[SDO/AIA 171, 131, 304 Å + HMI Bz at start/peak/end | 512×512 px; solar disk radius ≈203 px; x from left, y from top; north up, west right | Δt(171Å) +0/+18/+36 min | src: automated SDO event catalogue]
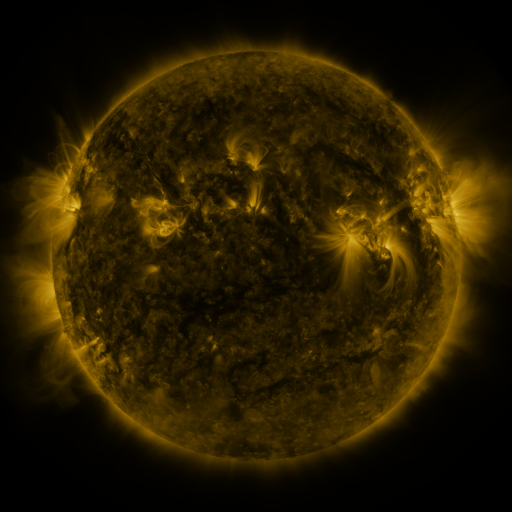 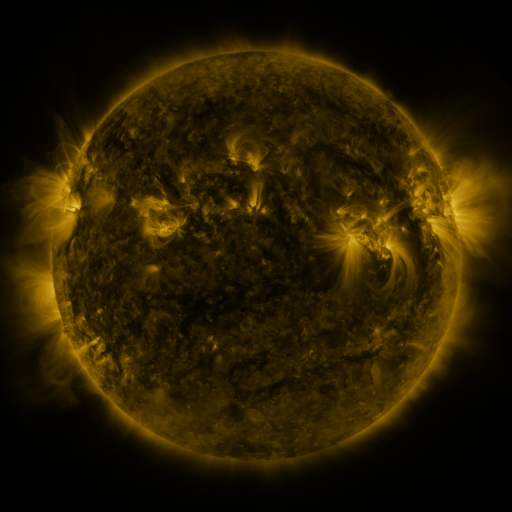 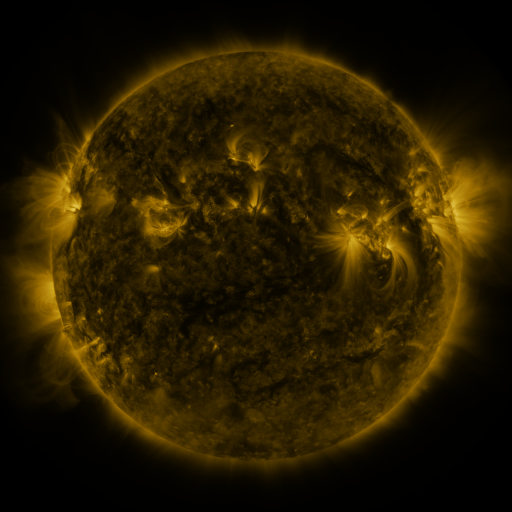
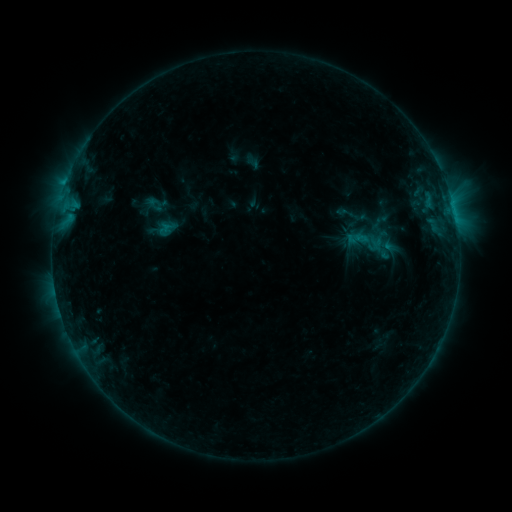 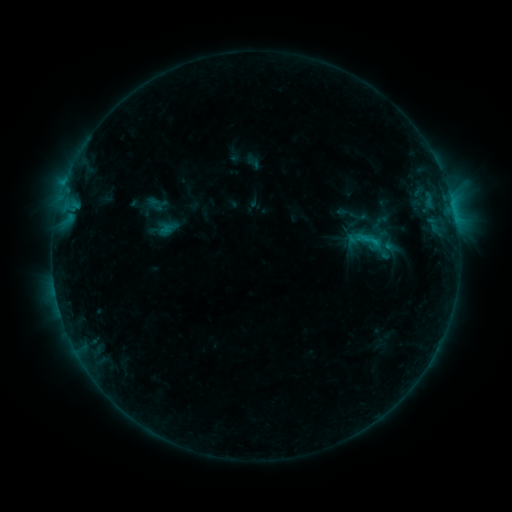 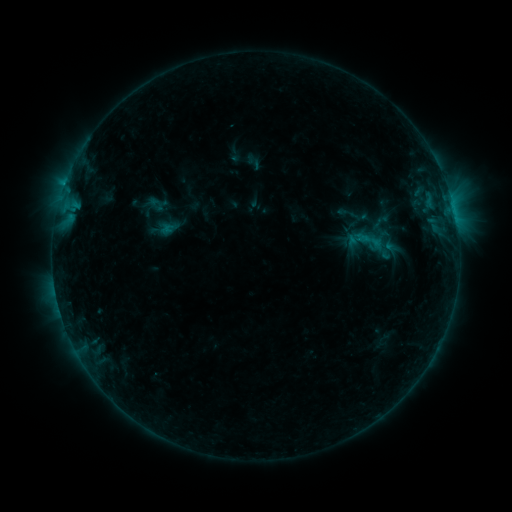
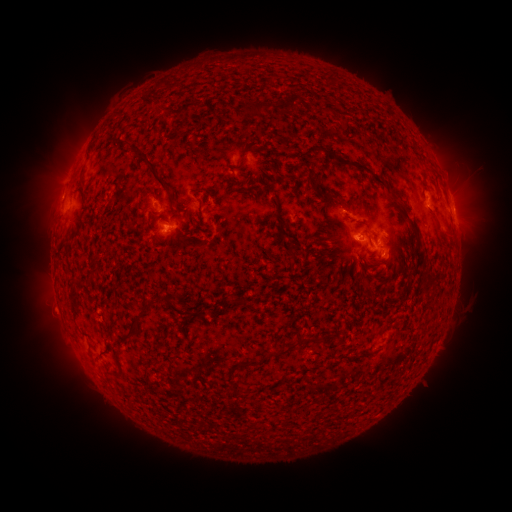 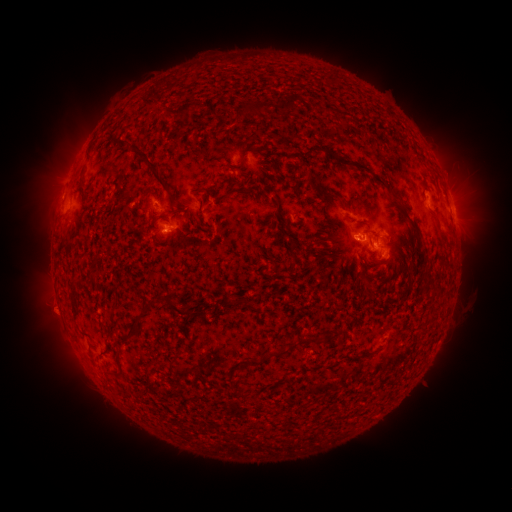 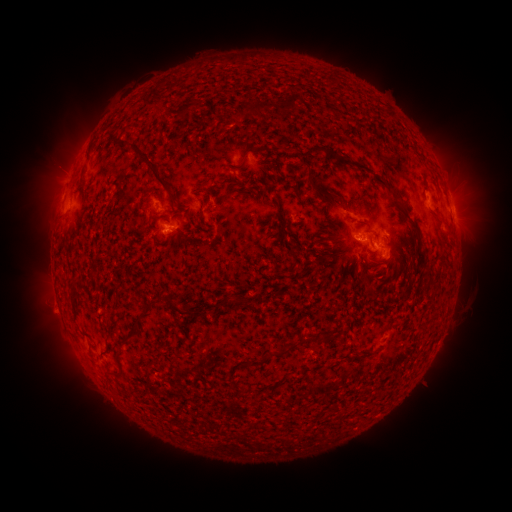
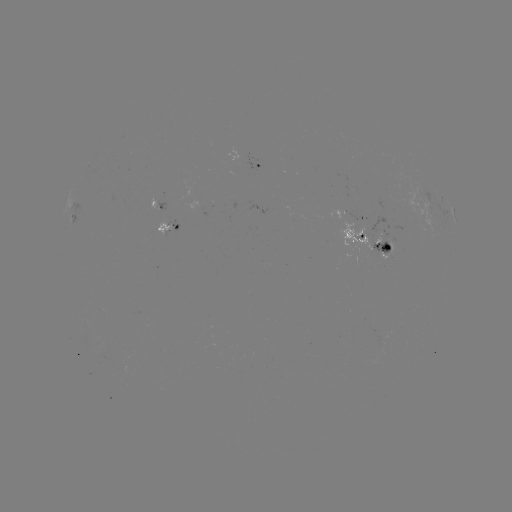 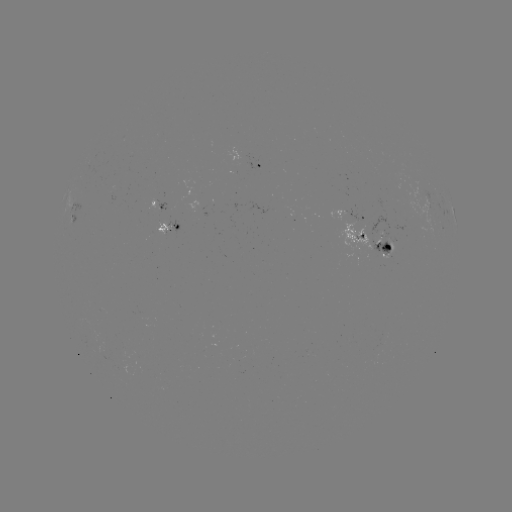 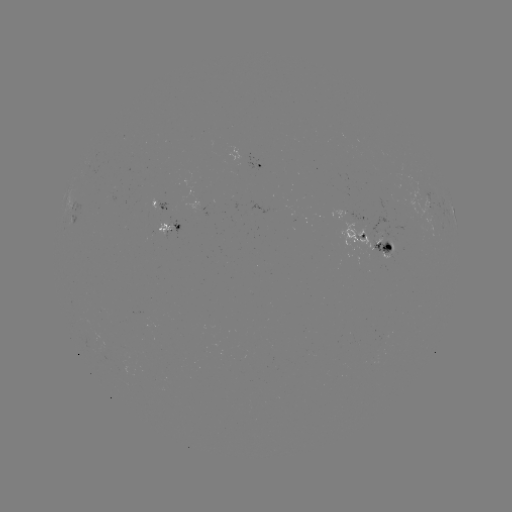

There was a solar flare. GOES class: C1.2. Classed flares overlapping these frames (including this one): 1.